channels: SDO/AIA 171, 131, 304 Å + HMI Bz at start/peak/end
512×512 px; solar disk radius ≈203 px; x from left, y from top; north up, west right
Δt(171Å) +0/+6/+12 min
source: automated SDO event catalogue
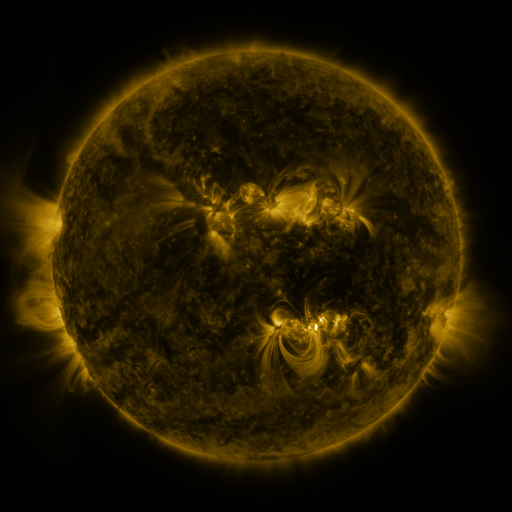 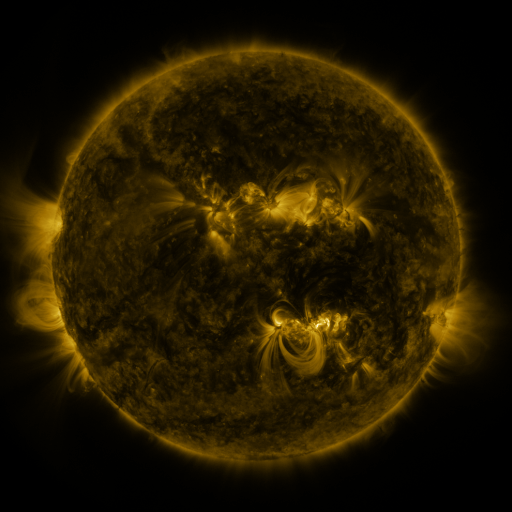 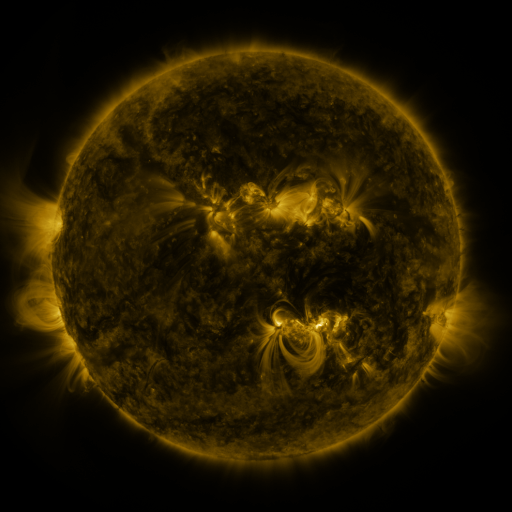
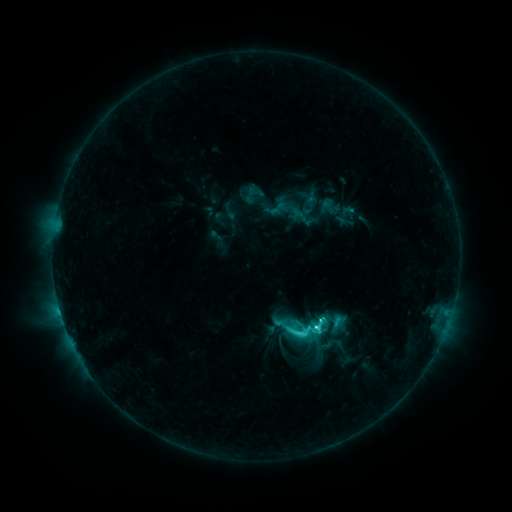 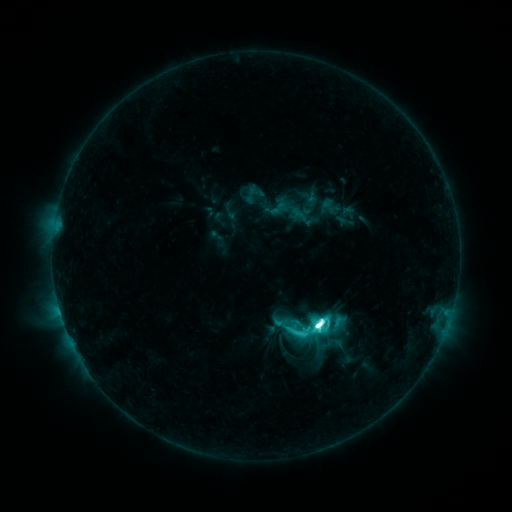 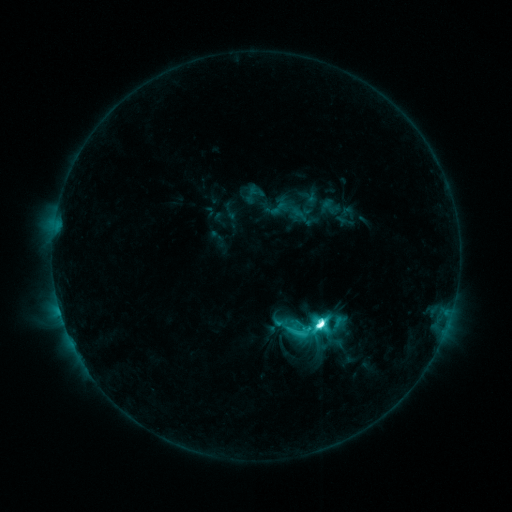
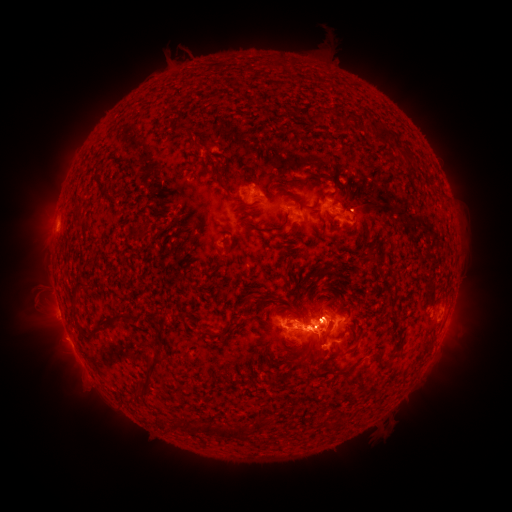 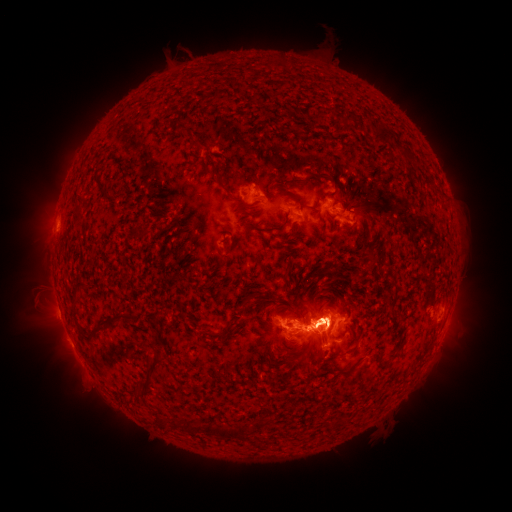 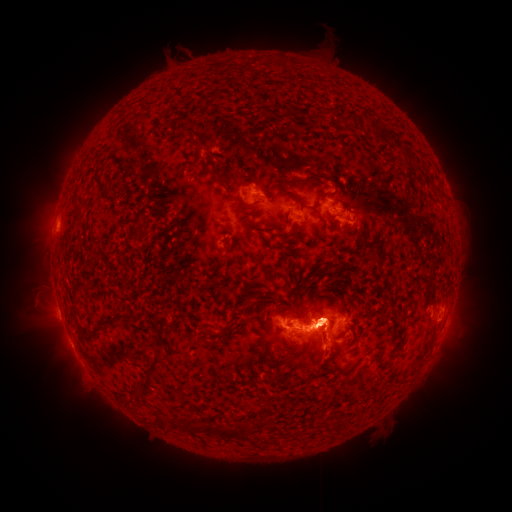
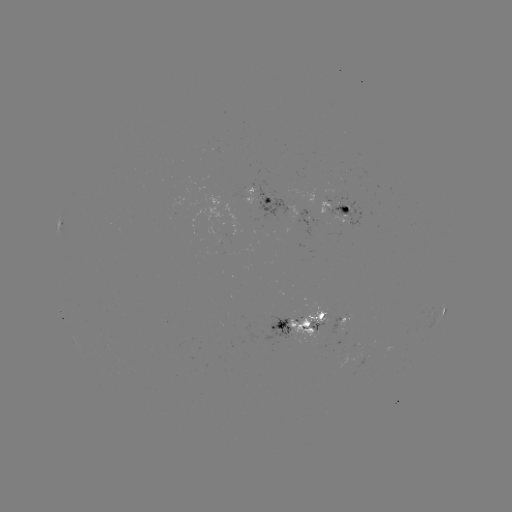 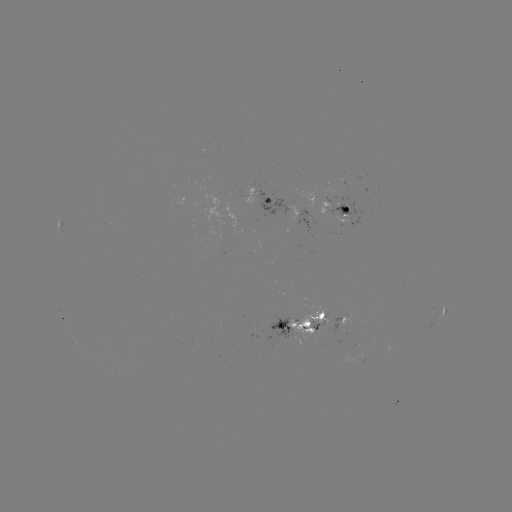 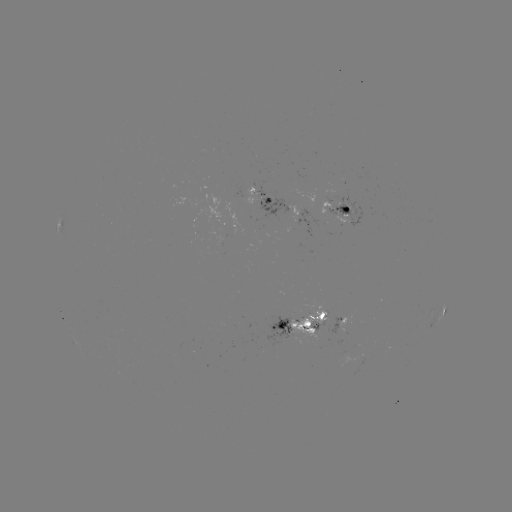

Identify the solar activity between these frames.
M2.3 flare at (316, 322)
